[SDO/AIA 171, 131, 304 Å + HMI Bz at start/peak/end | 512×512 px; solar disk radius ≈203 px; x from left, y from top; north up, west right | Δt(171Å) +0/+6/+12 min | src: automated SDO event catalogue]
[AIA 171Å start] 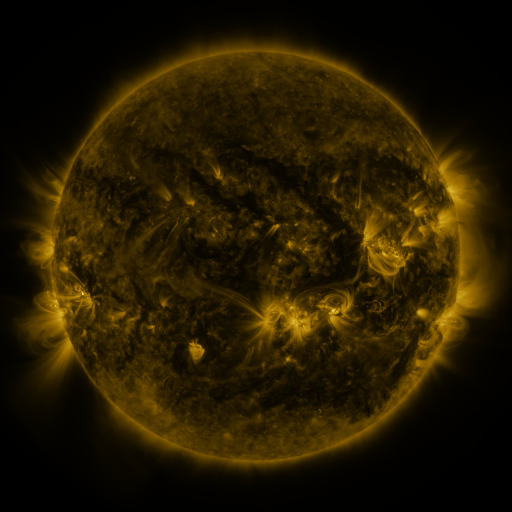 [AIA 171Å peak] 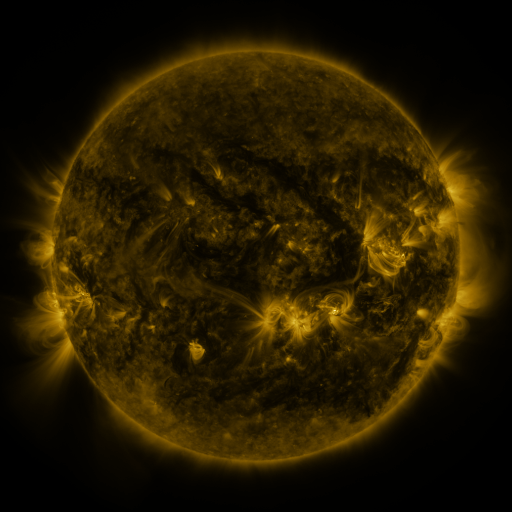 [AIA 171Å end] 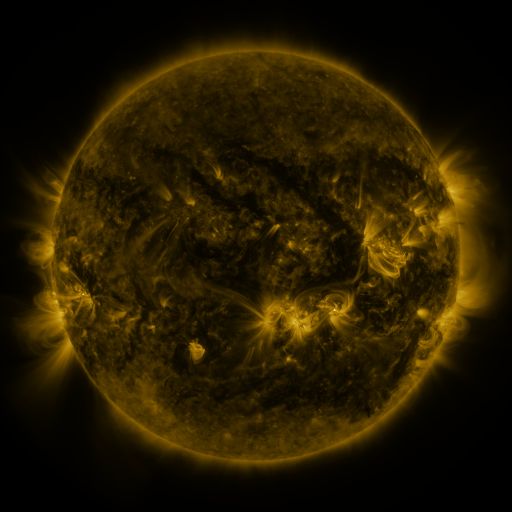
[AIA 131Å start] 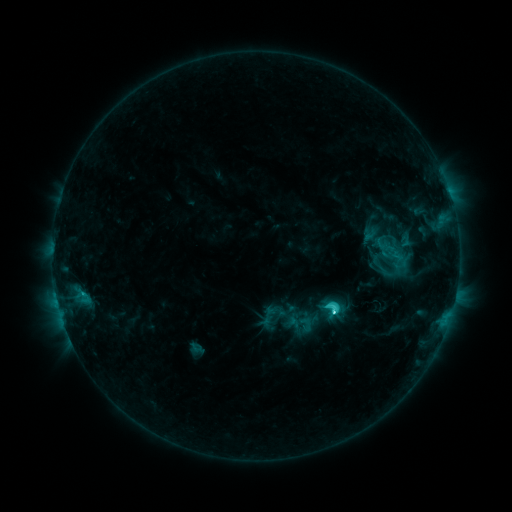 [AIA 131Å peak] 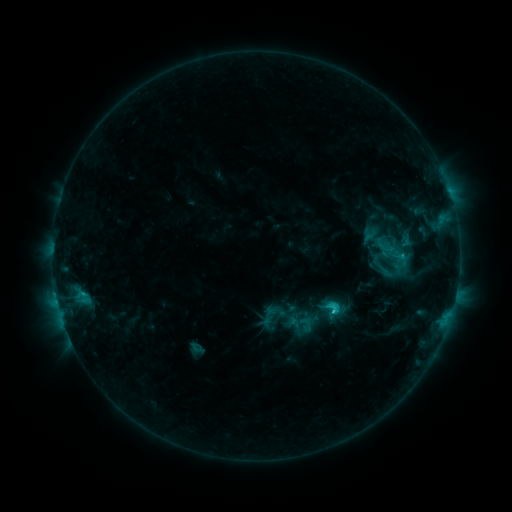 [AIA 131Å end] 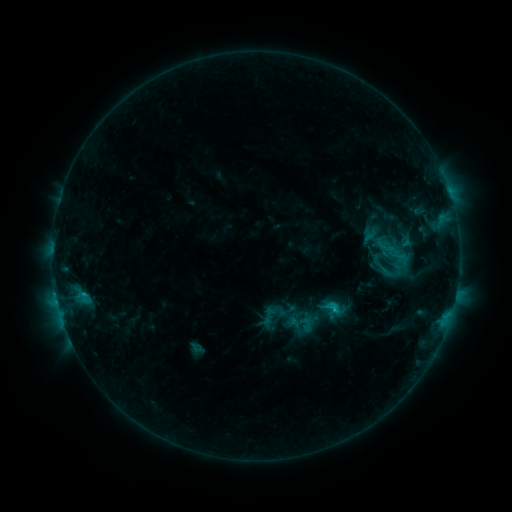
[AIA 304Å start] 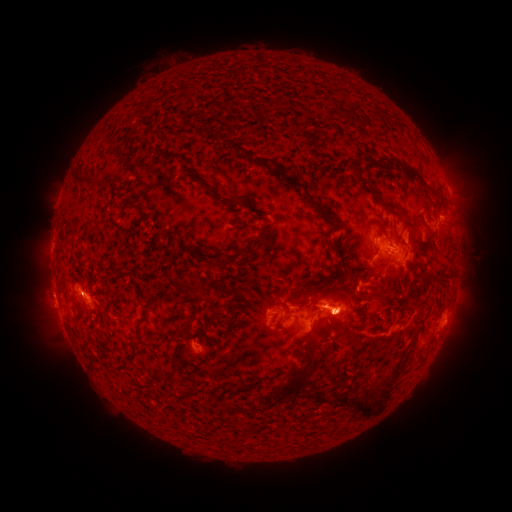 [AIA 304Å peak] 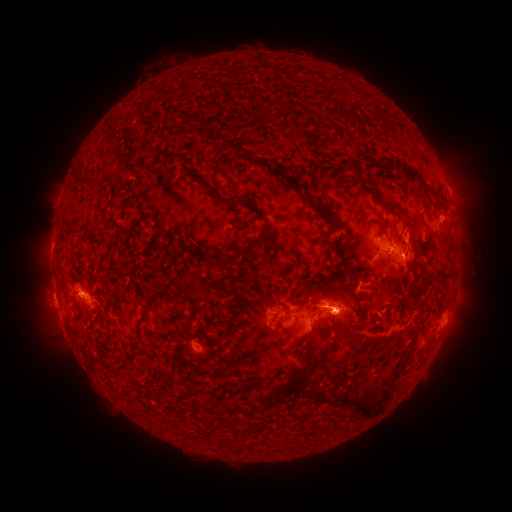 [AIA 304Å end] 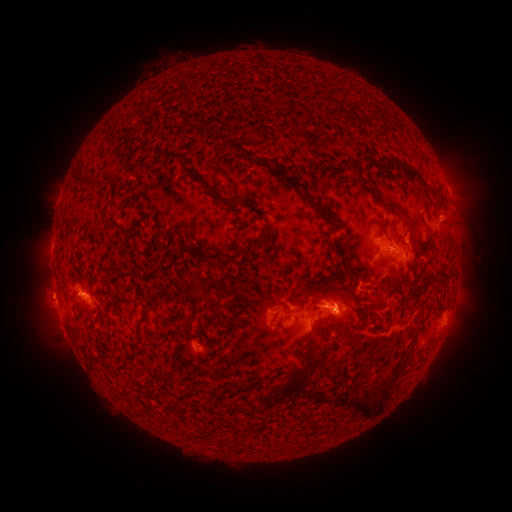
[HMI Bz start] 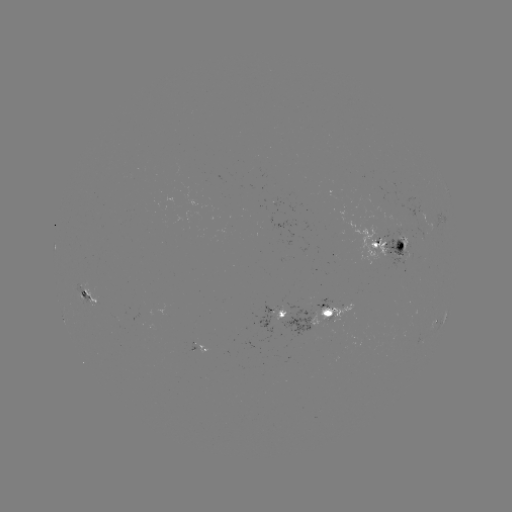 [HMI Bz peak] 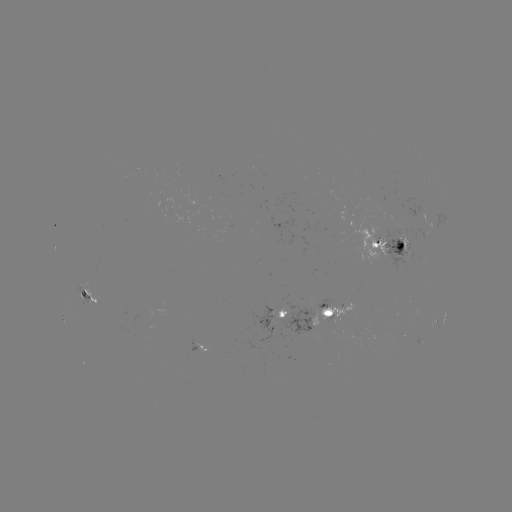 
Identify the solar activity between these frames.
C4.4 flare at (331, 310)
